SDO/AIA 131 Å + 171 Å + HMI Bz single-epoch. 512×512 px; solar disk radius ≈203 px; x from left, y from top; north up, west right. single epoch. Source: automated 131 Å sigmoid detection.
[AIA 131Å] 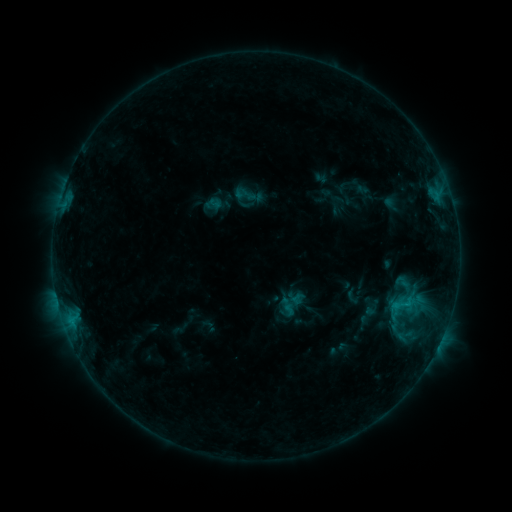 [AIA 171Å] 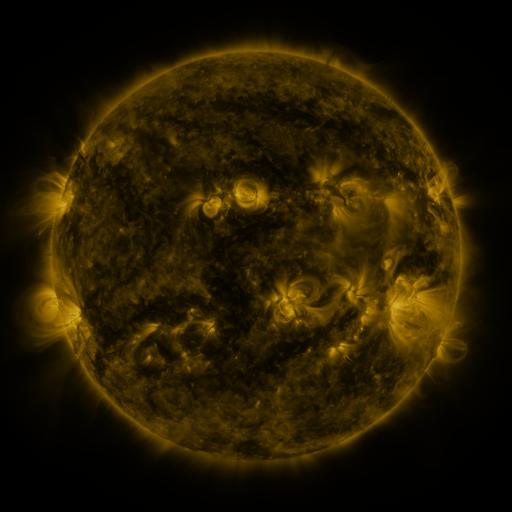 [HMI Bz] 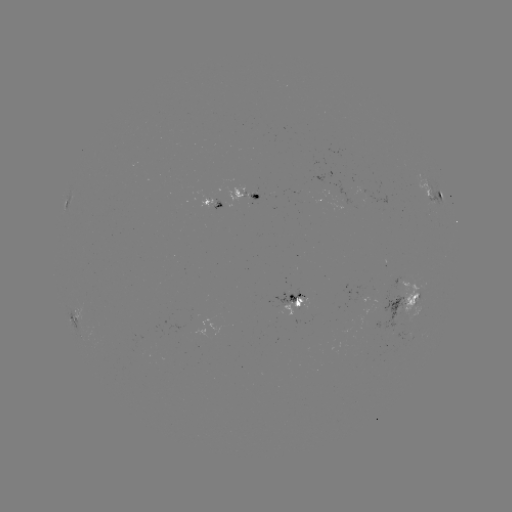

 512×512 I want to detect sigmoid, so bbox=[234, 185, 253, 204].